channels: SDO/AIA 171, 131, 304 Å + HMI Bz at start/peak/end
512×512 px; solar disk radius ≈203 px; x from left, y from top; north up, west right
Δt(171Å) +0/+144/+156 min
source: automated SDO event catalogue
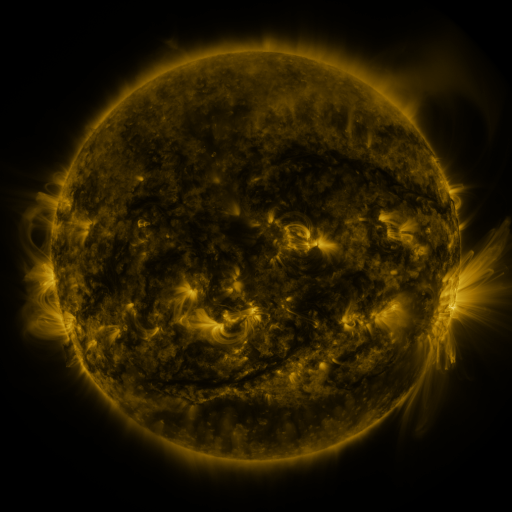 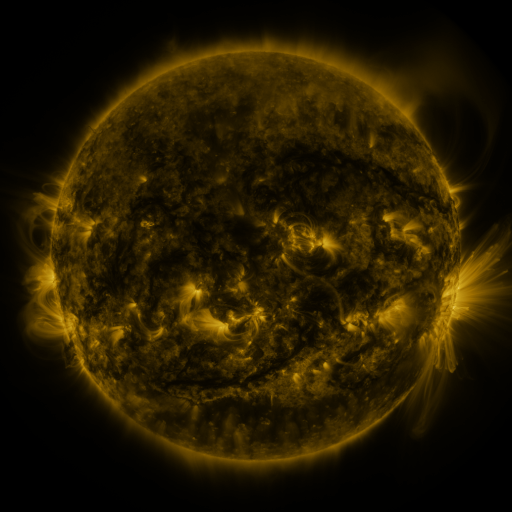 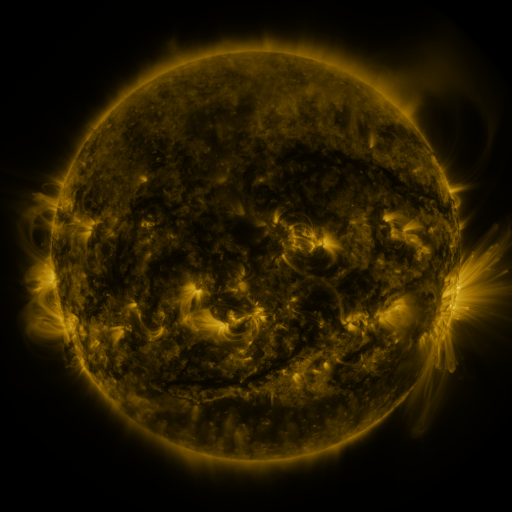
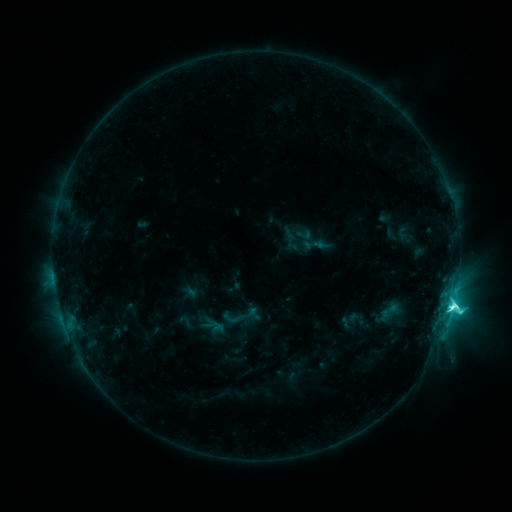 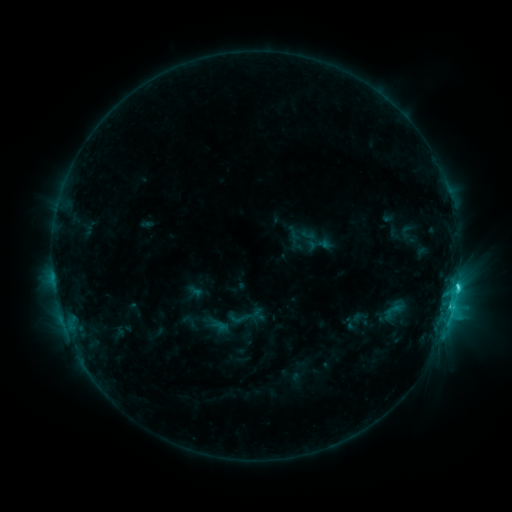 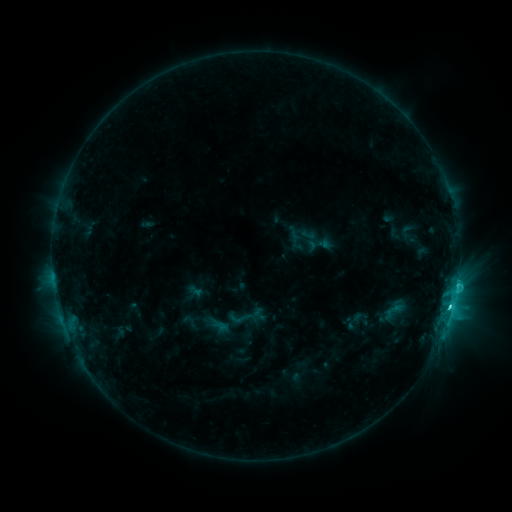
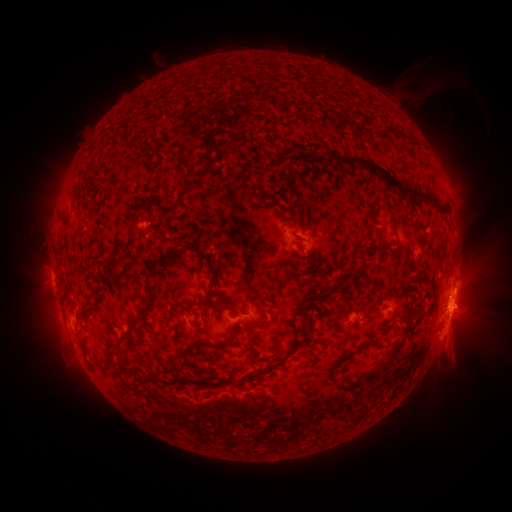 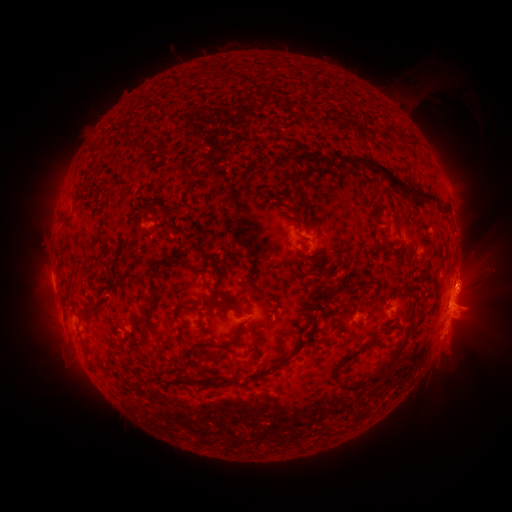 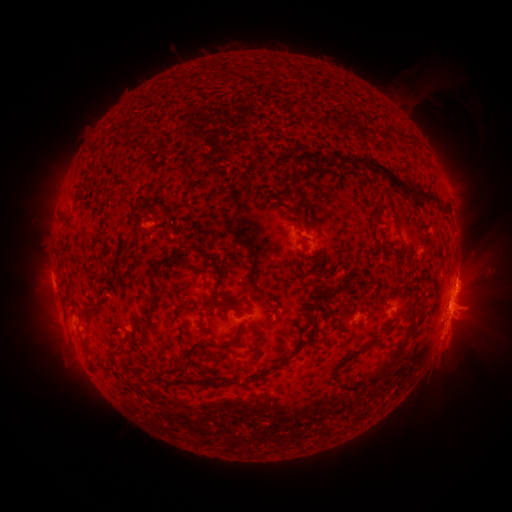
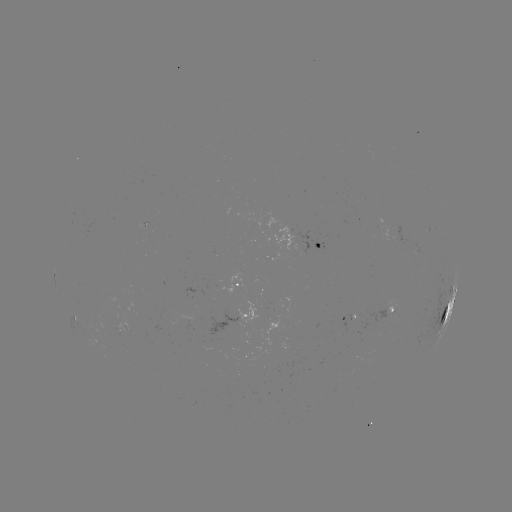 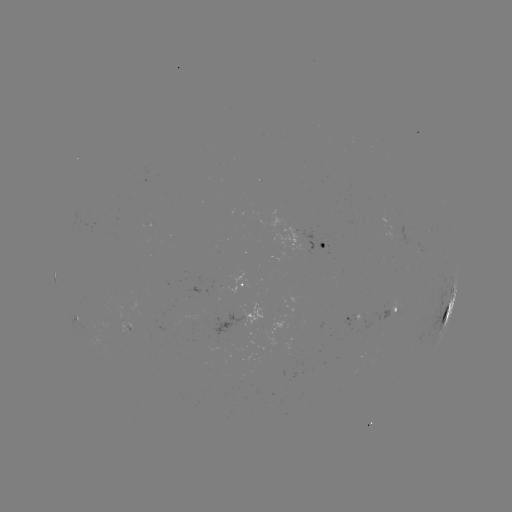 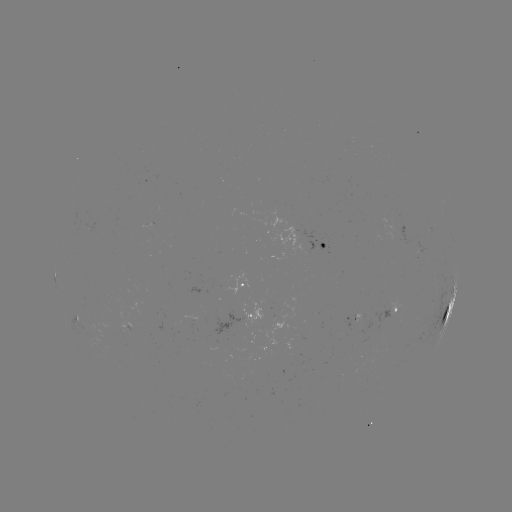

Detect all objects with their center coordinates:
emerging-flux region: (391, 306)
